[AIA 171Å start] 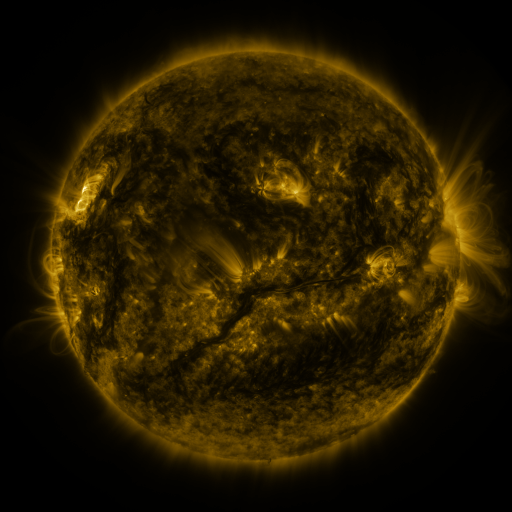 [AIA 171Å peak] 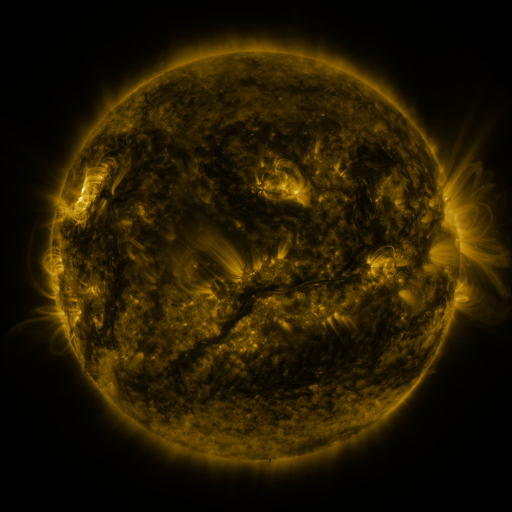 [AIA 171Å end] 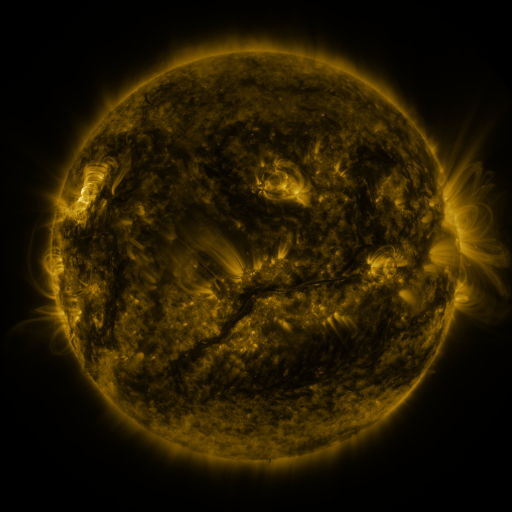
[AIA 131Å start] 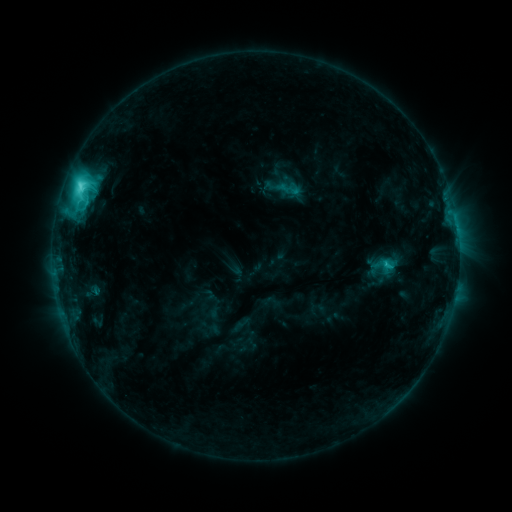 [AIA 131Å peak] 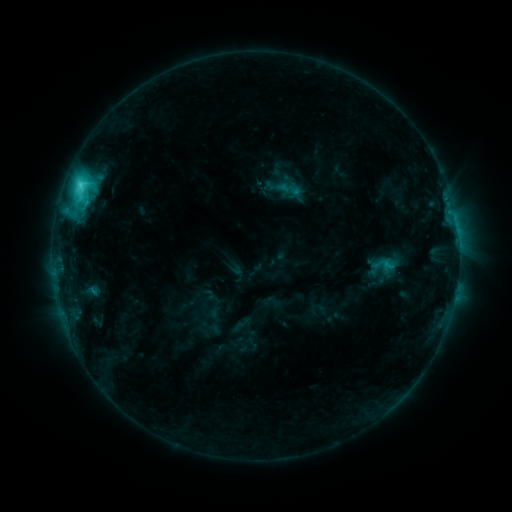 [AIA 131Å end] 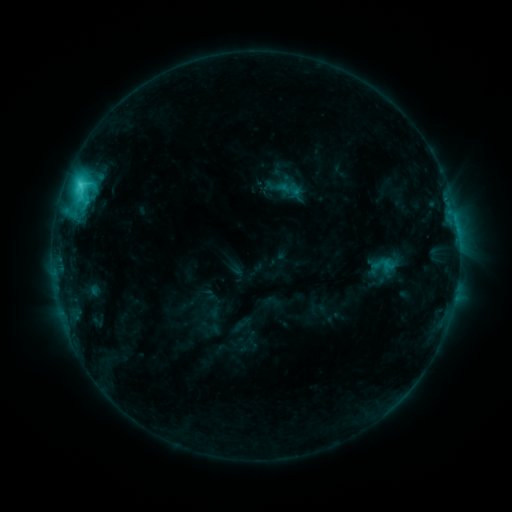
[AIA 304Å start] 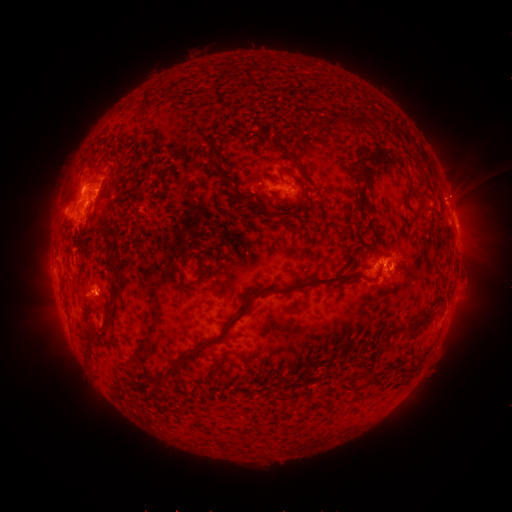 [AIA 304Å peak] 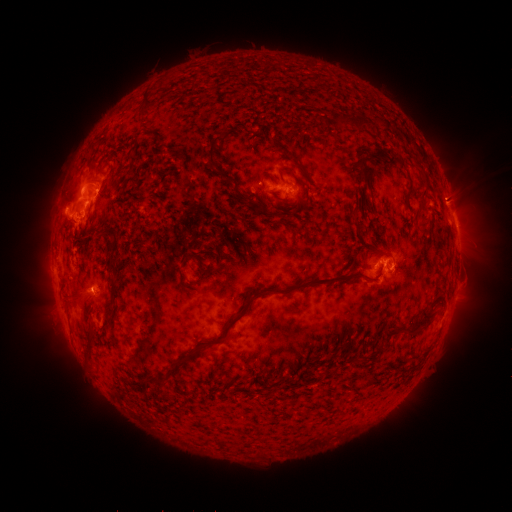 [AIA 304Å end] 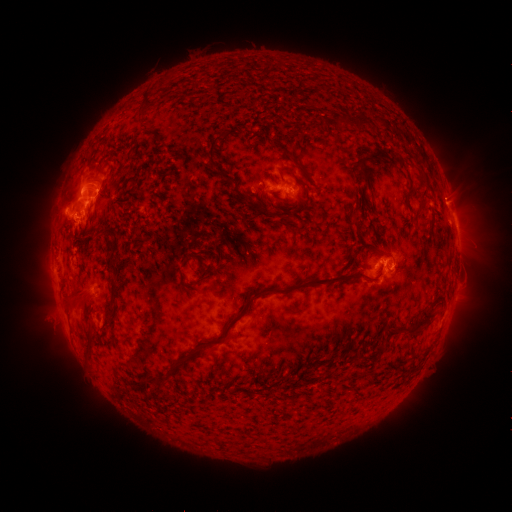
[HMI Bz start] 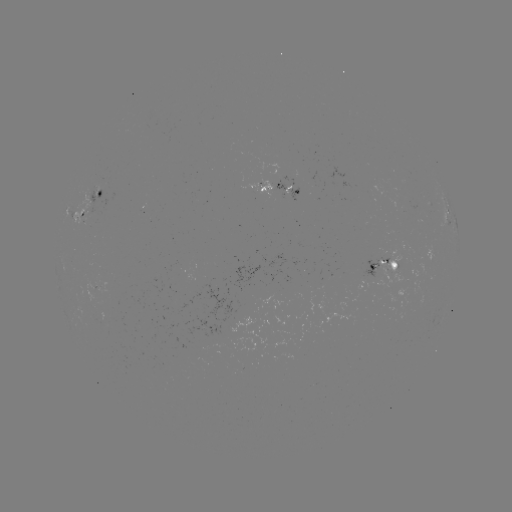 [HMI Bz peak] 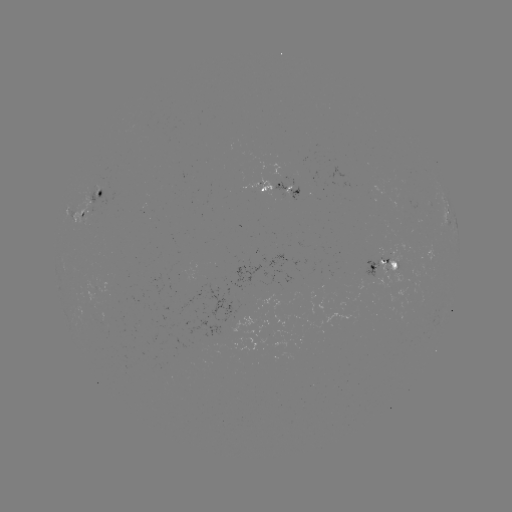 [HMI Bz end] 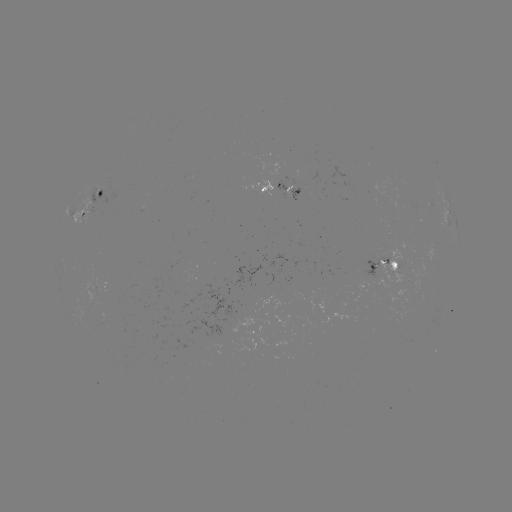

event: eruption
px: (75, 297)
